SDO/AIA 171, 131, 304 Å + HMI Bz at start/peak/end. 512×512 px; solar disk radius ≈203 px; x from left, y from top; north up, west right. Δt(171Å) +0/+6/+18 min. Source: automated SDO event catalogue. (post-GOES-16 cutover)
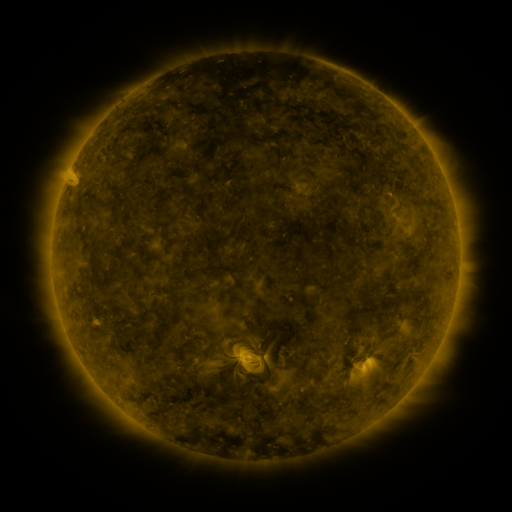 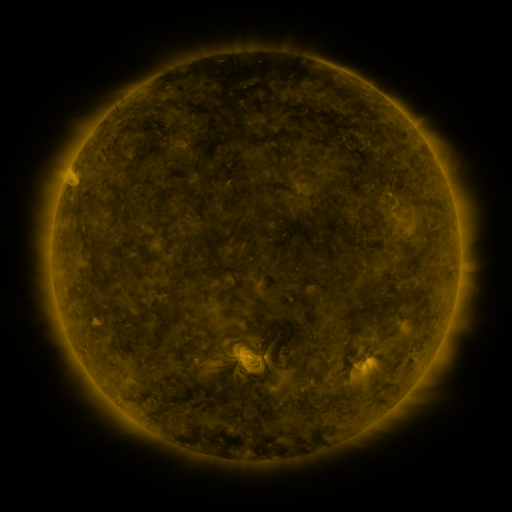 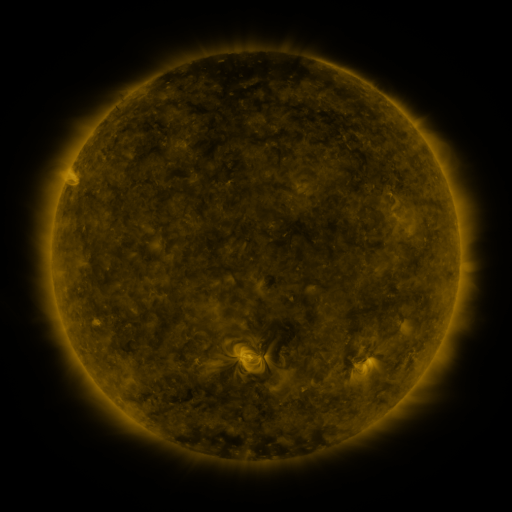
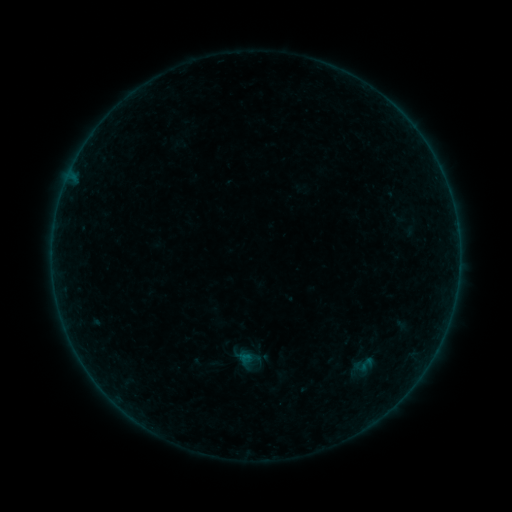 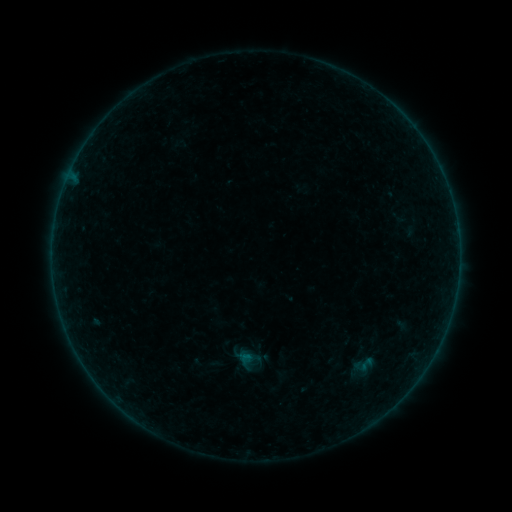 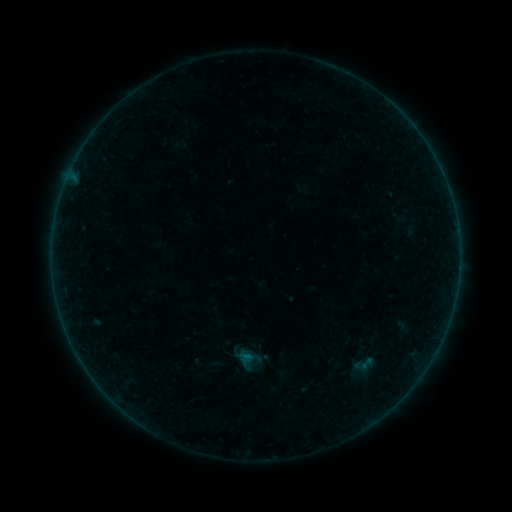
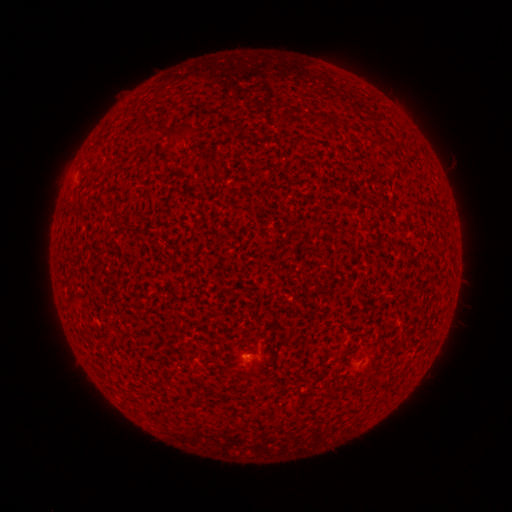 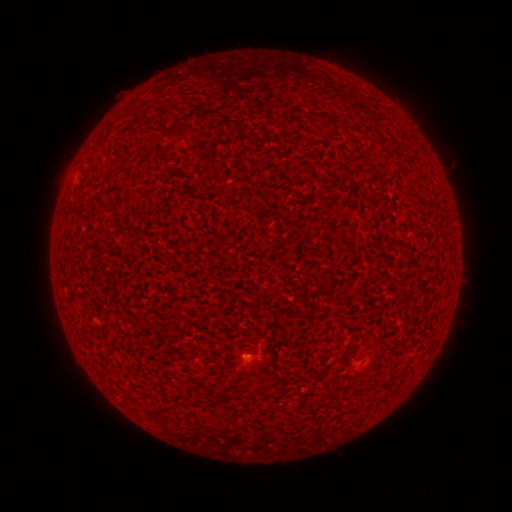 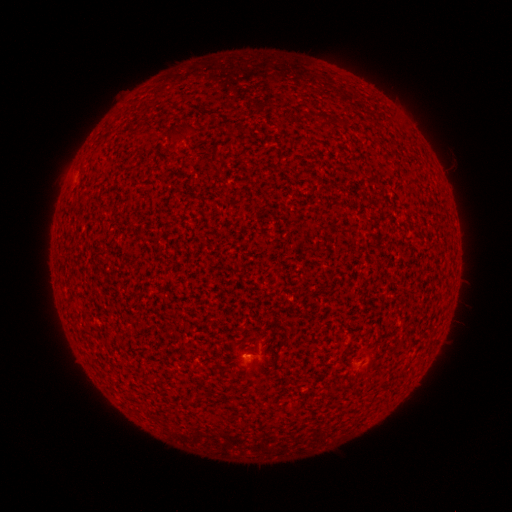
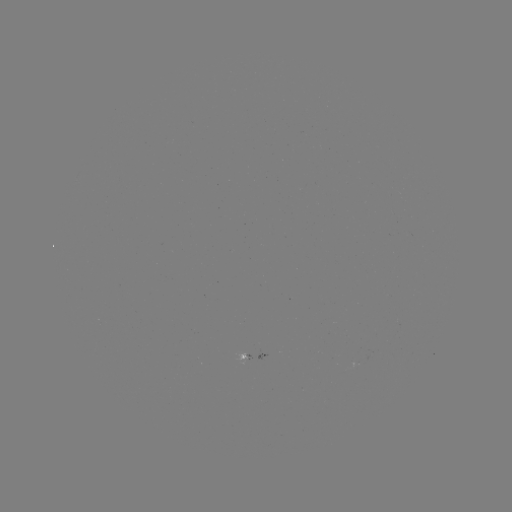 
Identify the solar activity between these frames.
A5.1 flare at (249, 352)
